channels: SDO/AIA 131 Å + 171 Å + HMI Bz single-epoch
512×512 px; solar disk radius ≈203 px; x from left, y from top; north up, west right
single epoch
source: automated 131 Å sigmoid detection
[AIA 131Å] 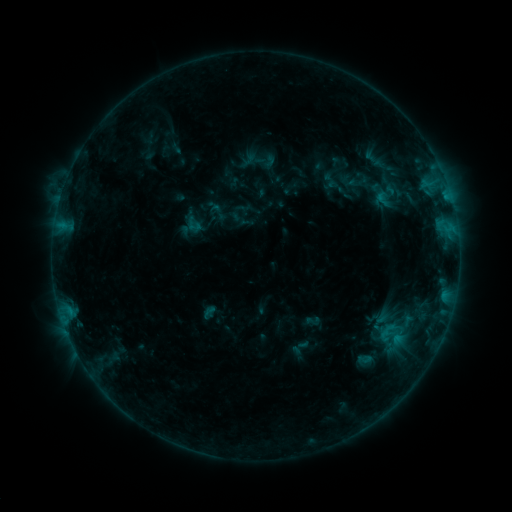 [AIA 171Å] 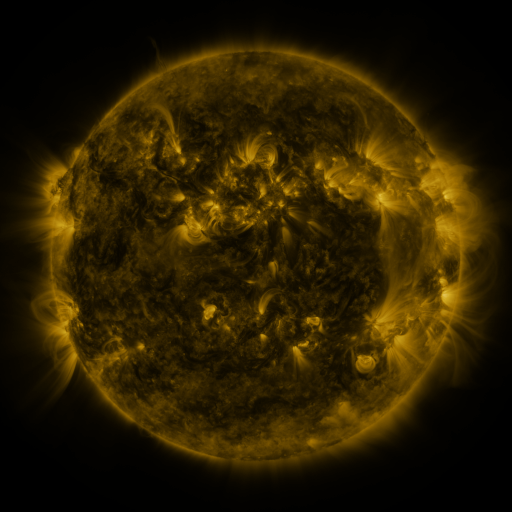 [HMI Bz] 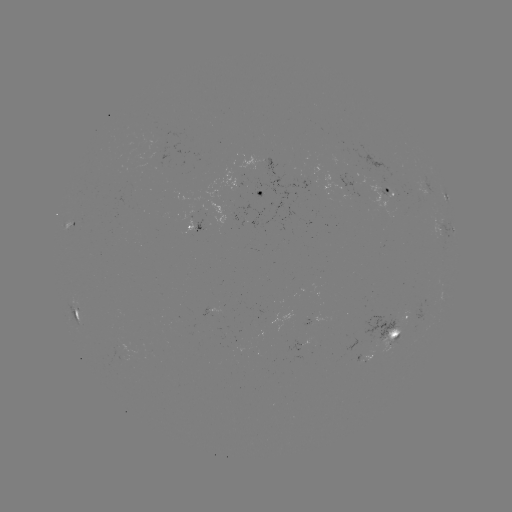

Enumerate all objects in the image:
sigmoid: [184, 215, 204, 235]
sigmoid: [376, 319, 408, 351]
